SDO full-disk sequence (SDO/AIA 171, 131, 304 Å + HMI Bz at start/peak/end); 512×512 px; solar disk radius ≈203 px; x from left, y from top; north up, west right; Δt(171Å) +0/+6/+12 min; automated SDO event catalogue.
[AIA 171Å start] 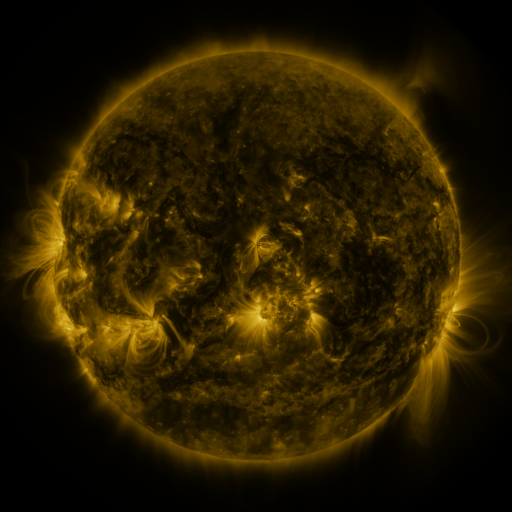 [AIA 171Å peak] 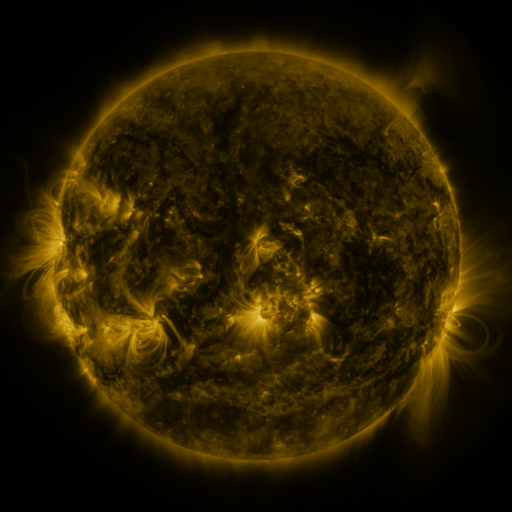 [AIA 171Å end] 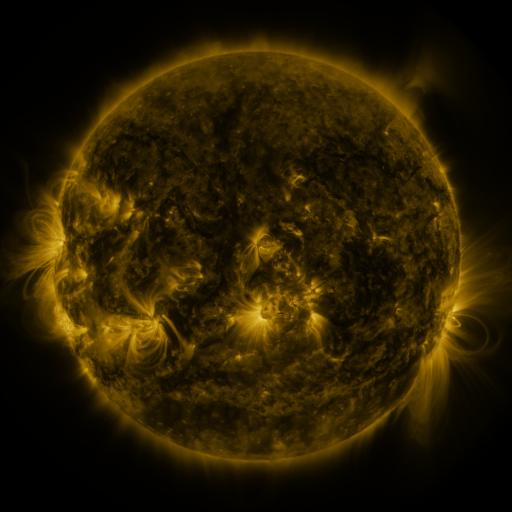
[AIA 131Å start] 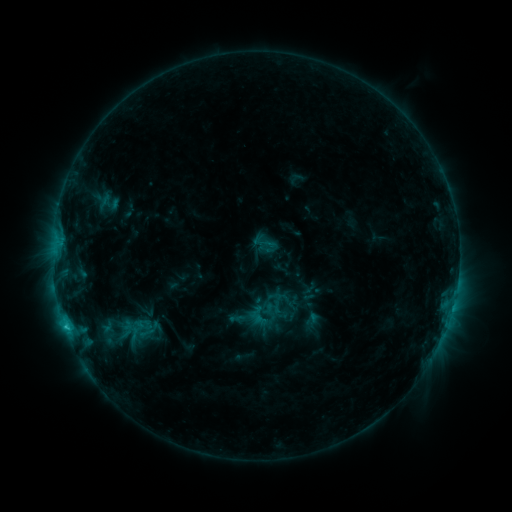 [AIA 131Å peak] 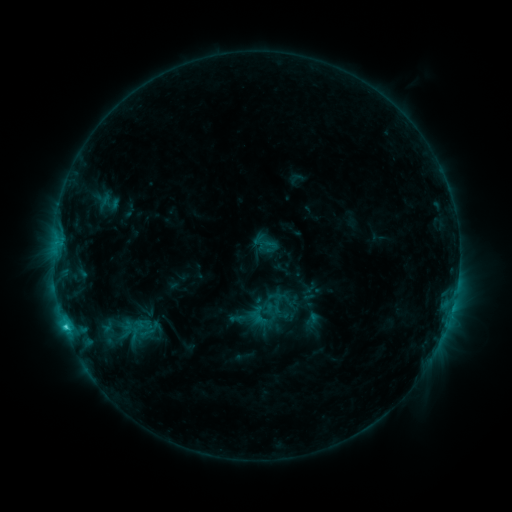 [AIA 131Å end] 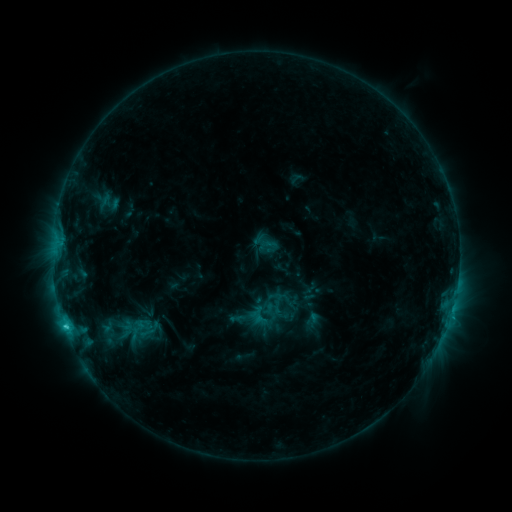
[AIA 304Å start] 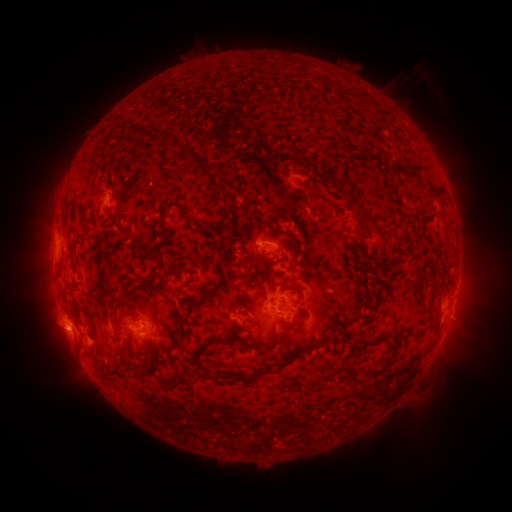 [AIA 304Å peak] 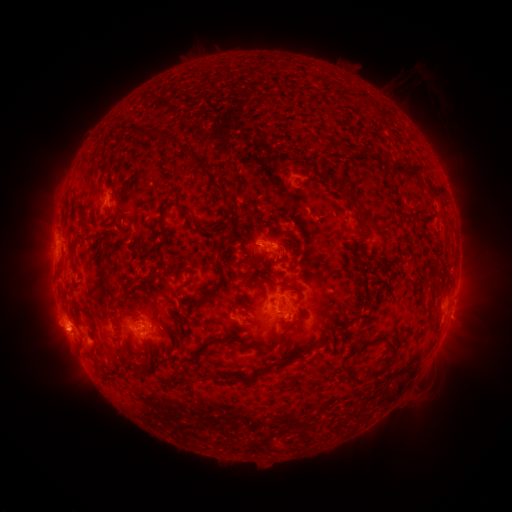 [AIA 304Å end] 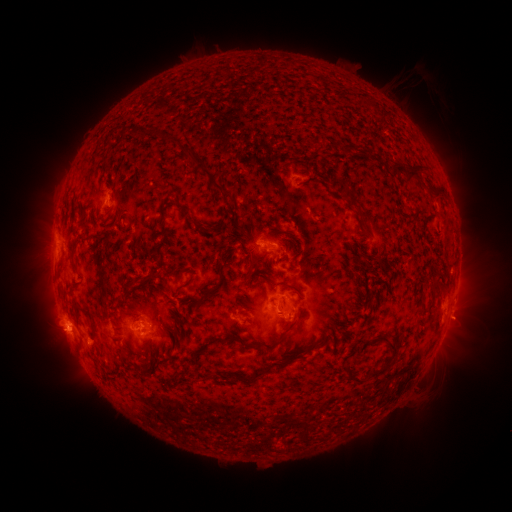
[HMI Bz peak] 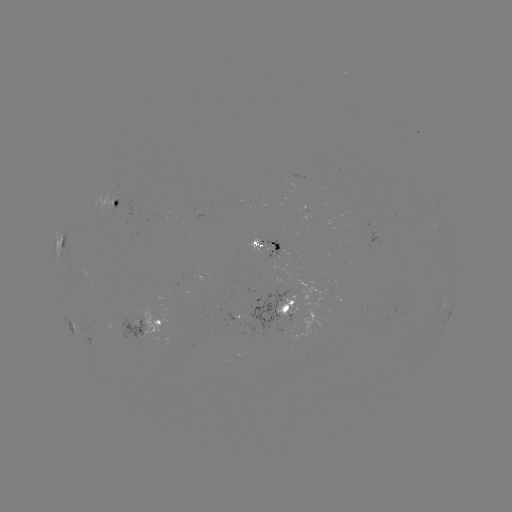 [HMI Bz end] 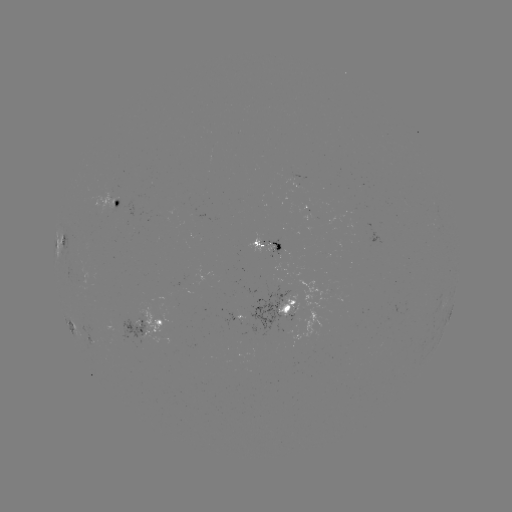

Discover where C2.6 flare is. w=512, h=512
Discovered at [67, 326].